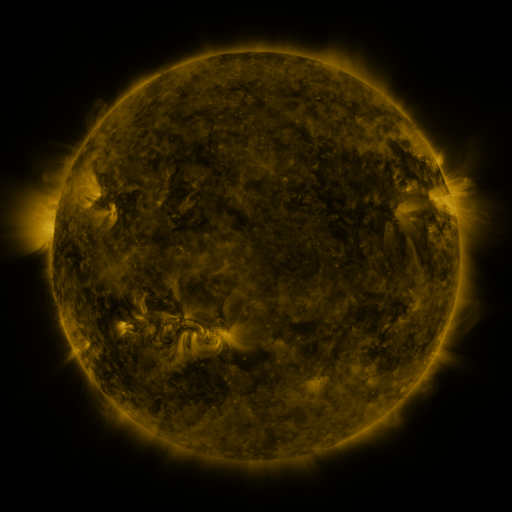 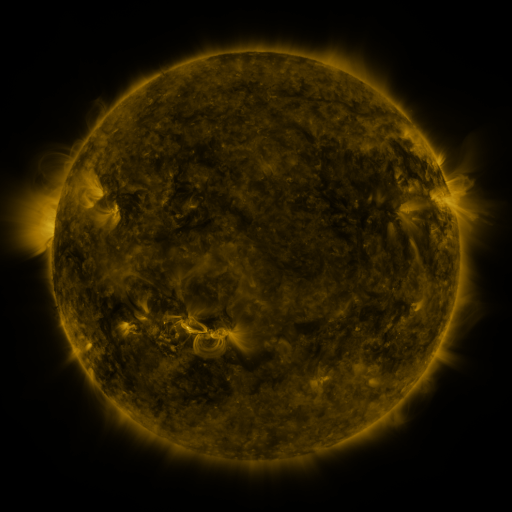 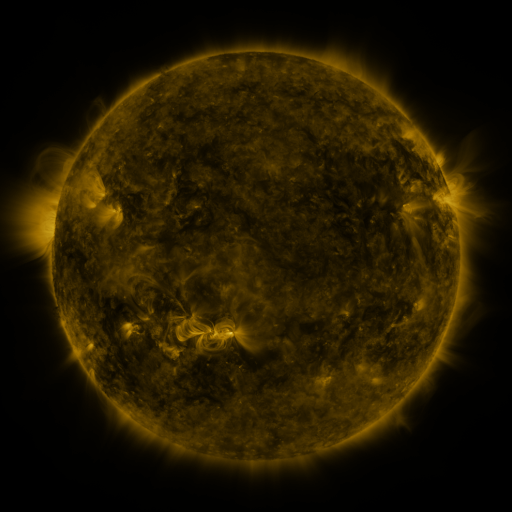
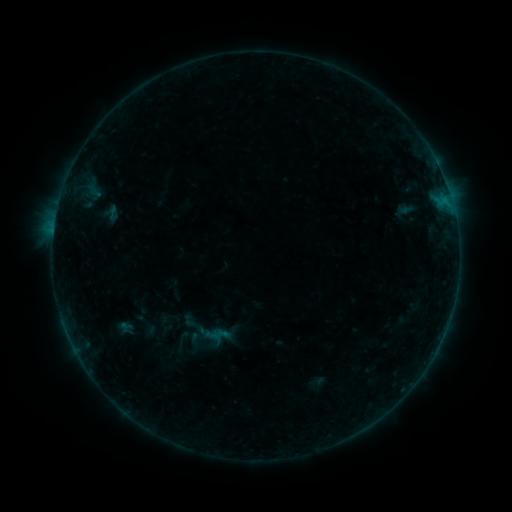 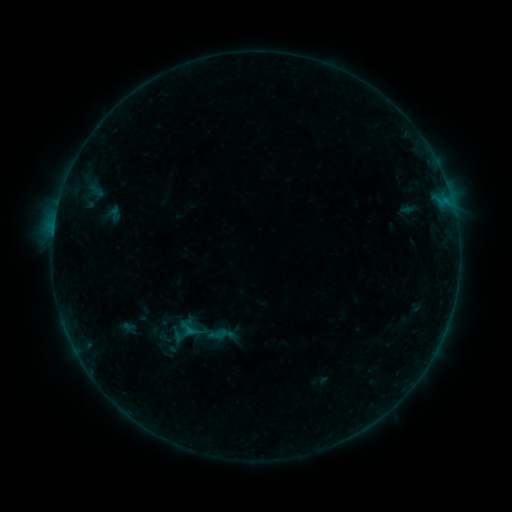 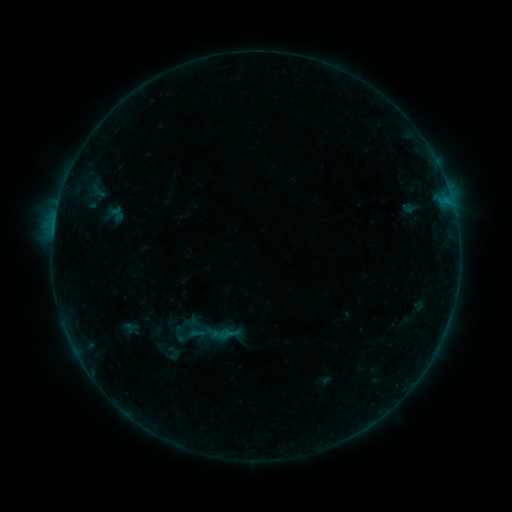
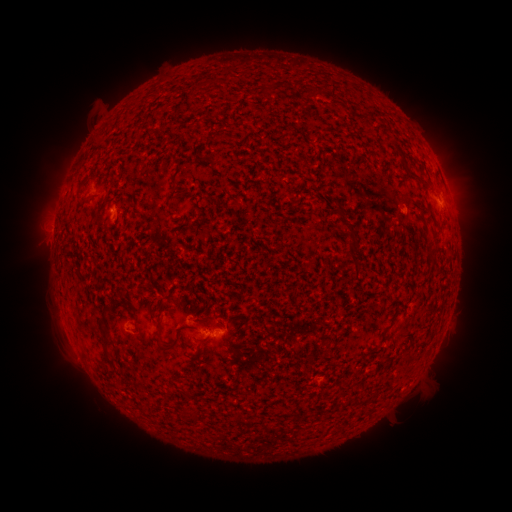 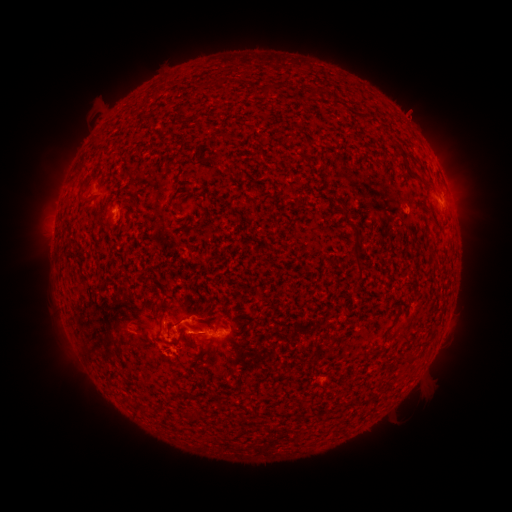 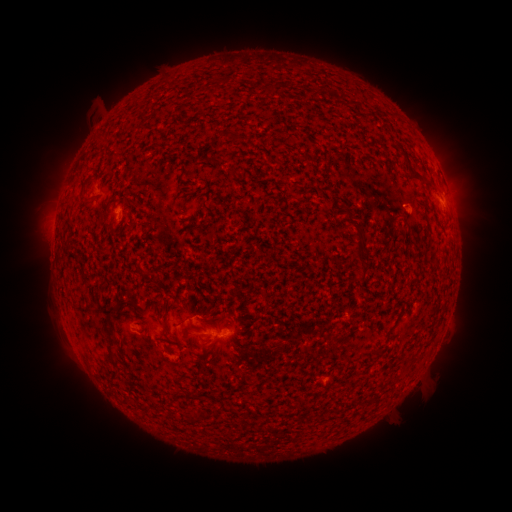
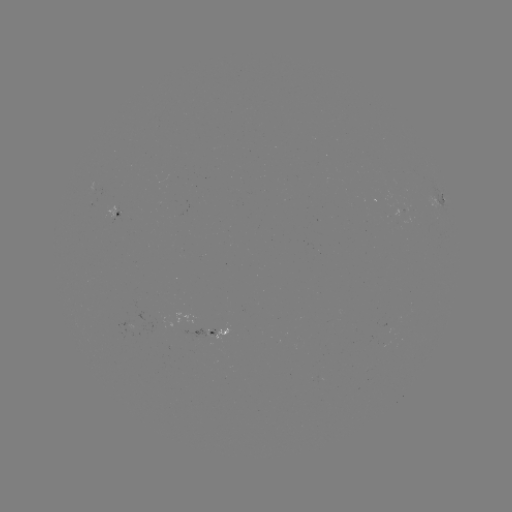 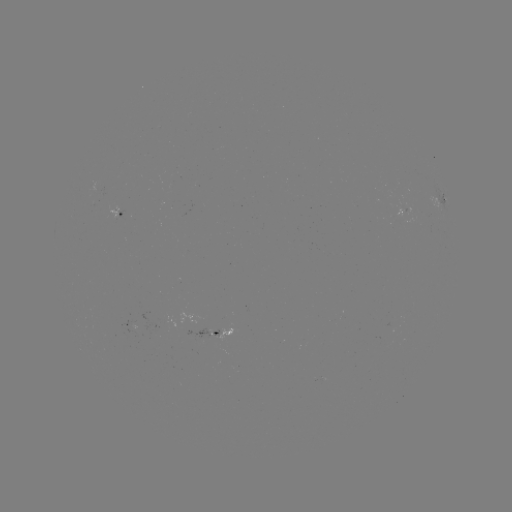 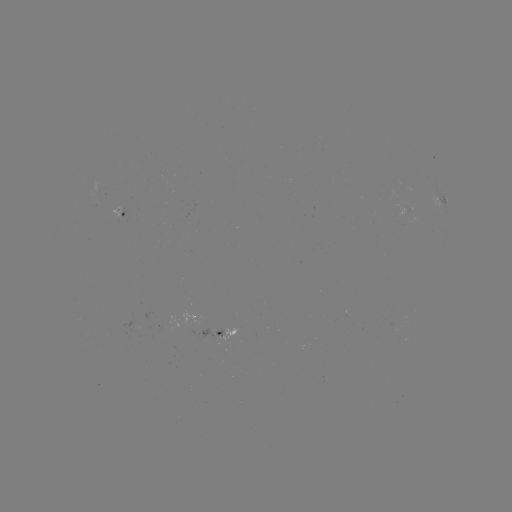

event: flare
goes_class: B4.9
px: (192, 330)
